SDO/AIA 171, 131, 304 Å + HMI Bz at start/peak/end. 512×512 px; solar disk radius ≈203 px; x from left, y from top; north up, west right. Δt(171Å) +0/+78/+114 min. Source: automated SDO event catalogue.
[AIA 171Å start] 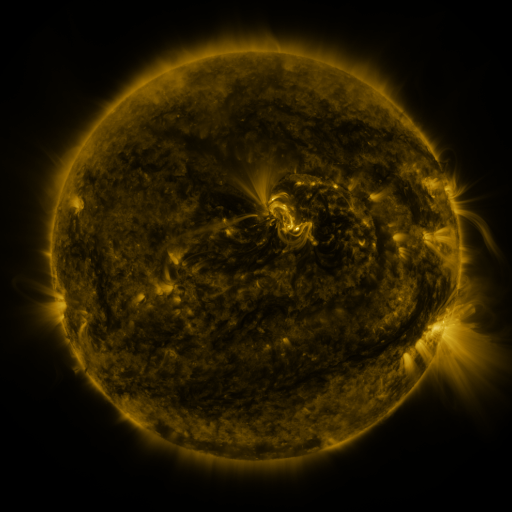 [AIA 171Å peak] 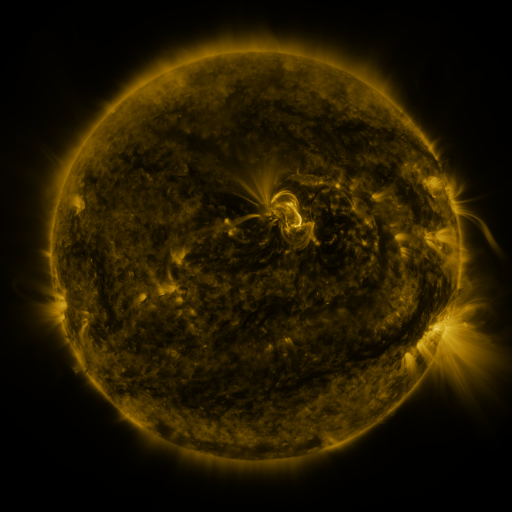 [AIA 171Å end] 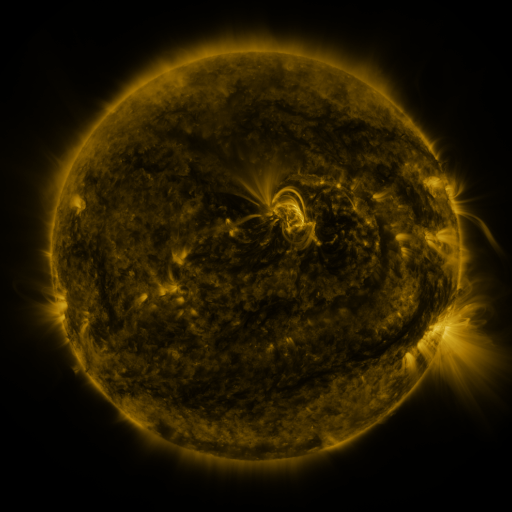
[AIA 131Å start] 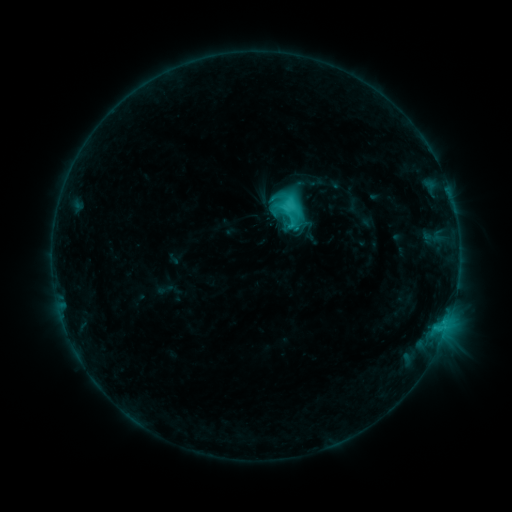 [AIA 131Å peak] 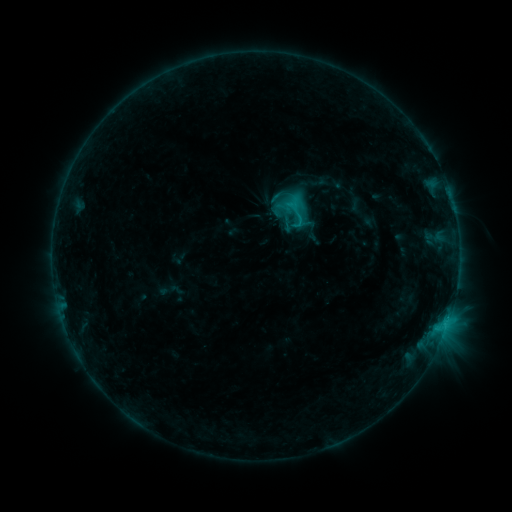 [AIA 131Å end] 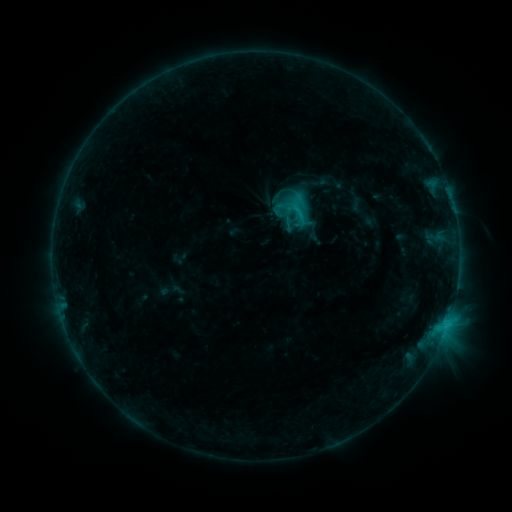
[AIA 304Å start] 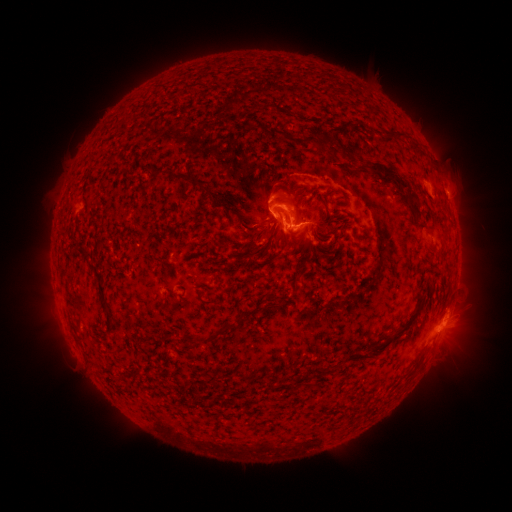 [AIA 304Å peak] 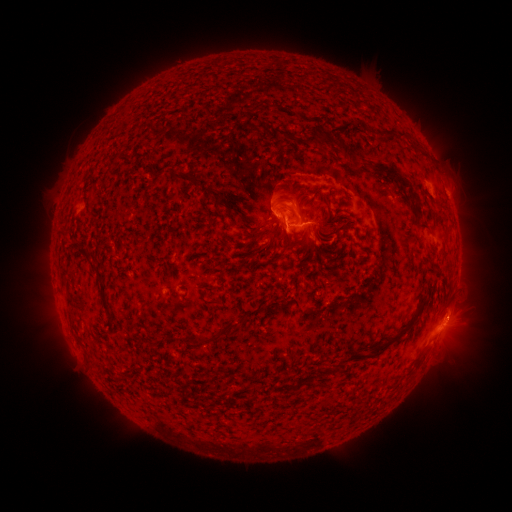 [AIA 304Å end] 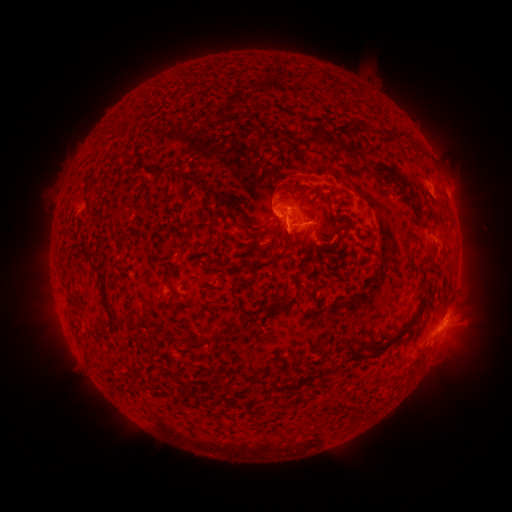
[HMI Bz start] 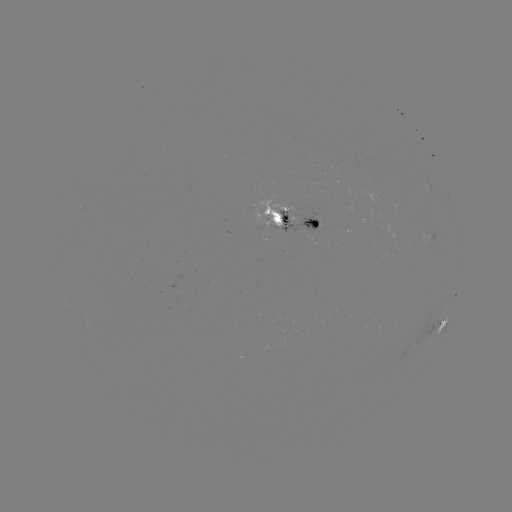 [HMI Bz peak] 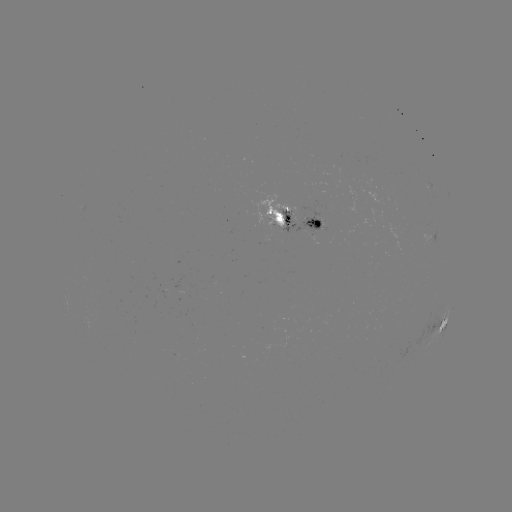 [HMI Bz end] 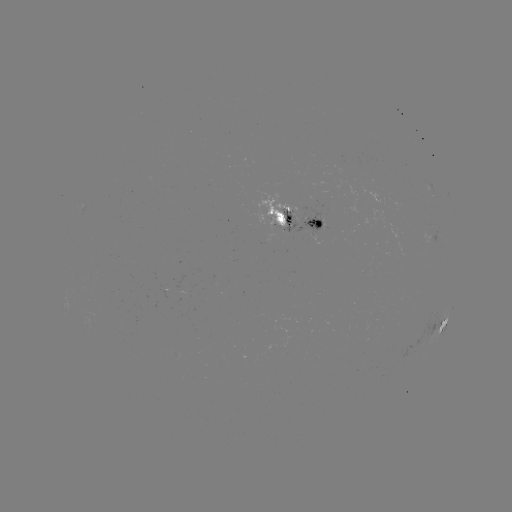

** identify emerging-flux region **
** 284,215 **